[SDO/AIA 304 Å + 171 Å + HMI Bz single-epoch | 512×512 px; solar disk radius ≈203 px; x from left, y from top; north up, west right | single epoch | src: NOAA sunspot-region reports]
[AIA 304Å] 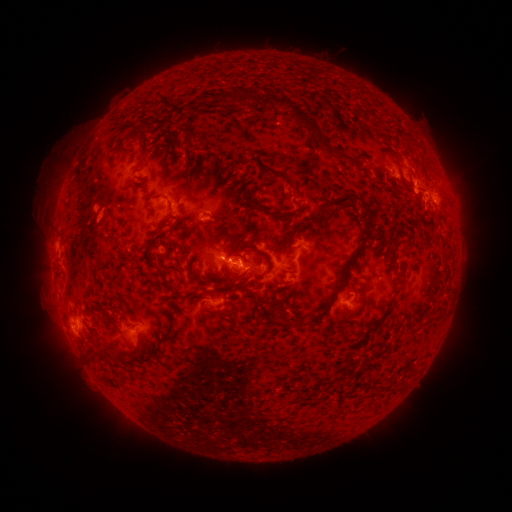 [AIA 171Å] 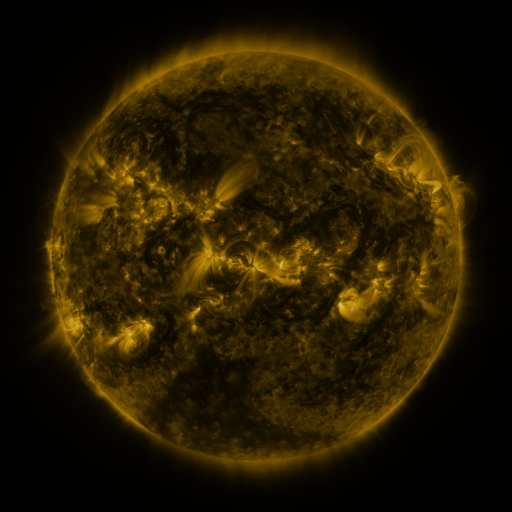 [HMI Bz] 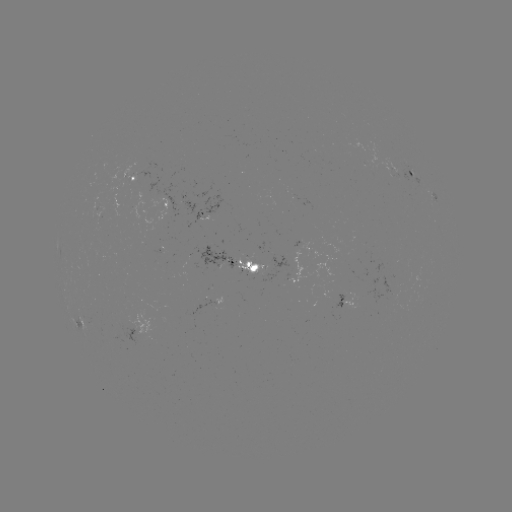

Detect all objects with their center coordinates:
spotted active region: (410, 173)
spotted active region: (136, 178)
spotted active region: (167, 206)
spotted active region: (206, 214)
spotted active region: (238, 260)
spotted active region: (350, 298)
spotted active region: (84, 325)
